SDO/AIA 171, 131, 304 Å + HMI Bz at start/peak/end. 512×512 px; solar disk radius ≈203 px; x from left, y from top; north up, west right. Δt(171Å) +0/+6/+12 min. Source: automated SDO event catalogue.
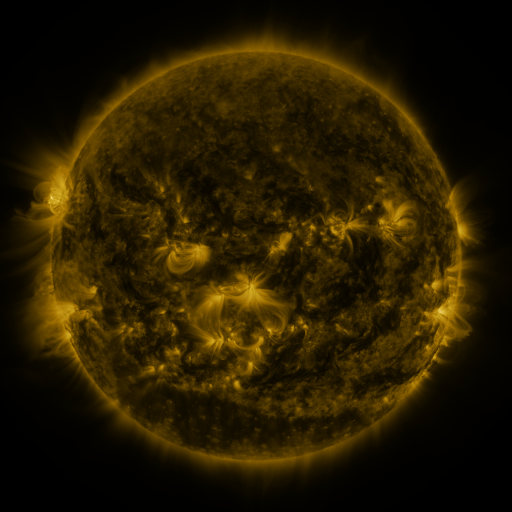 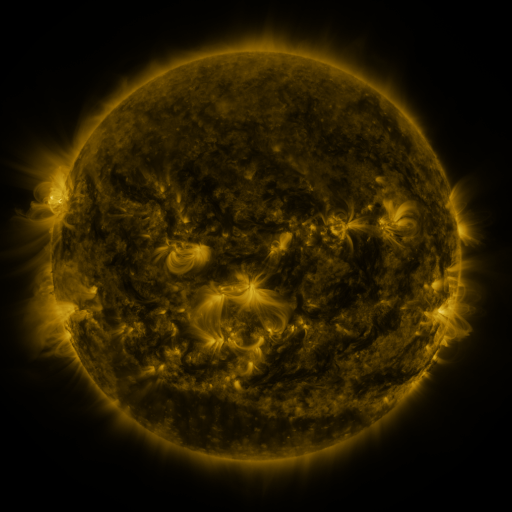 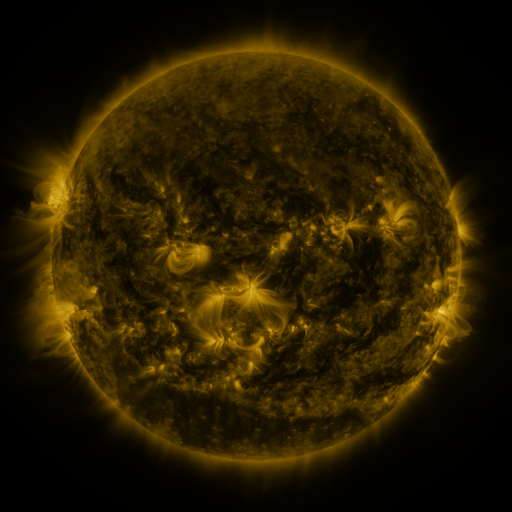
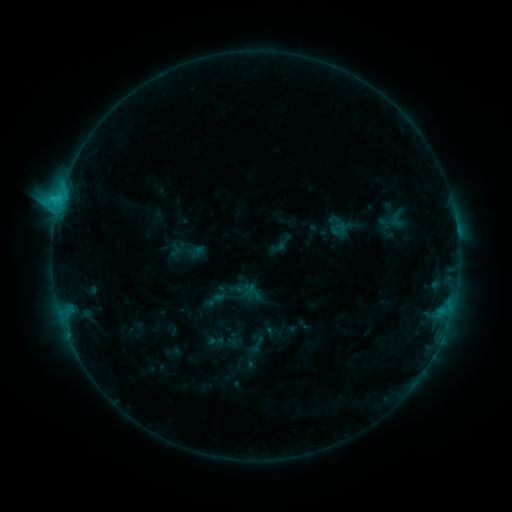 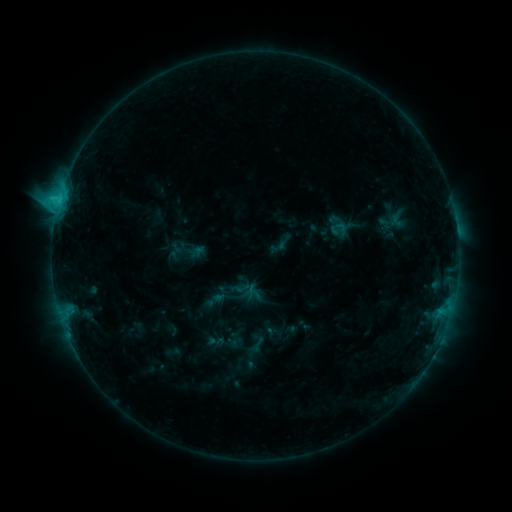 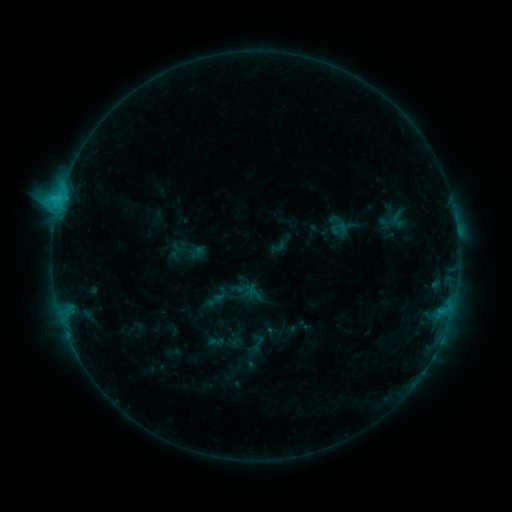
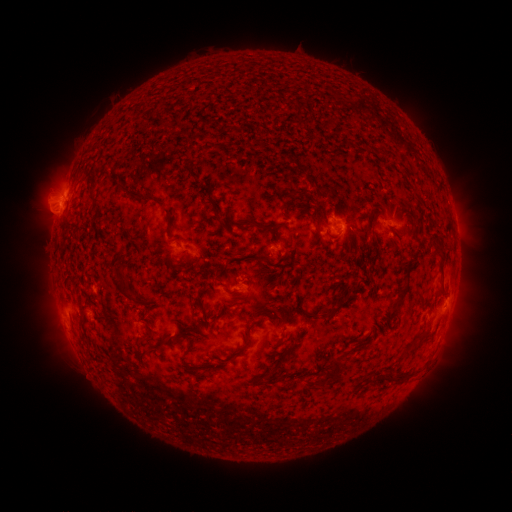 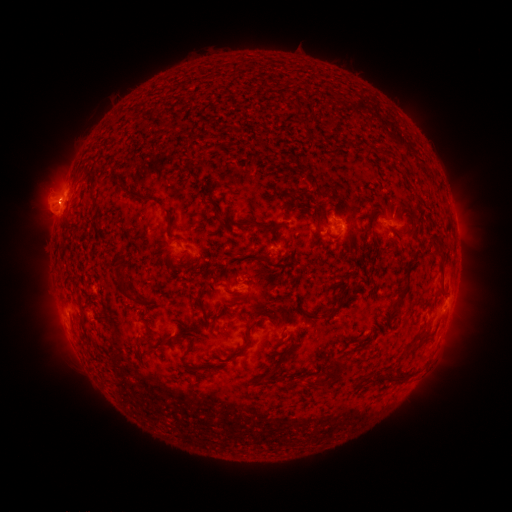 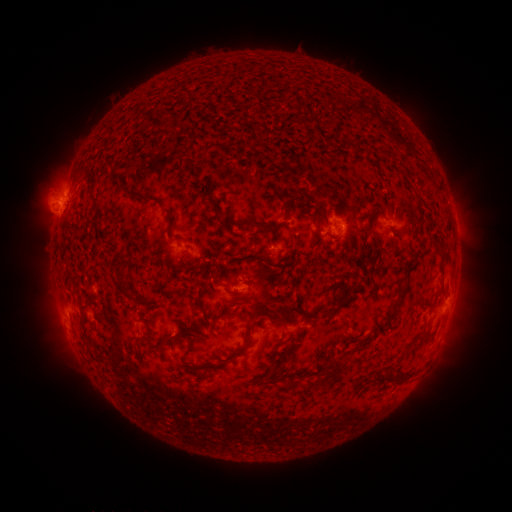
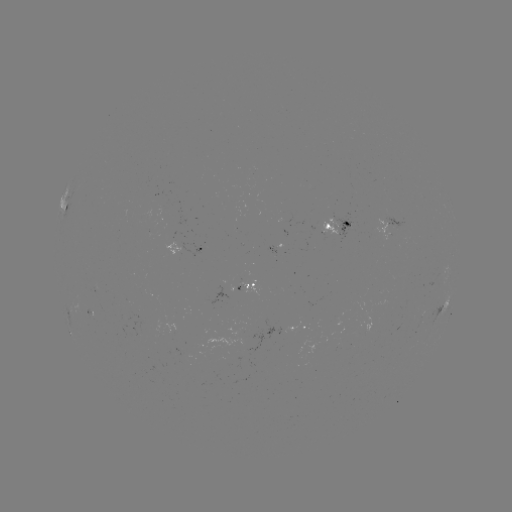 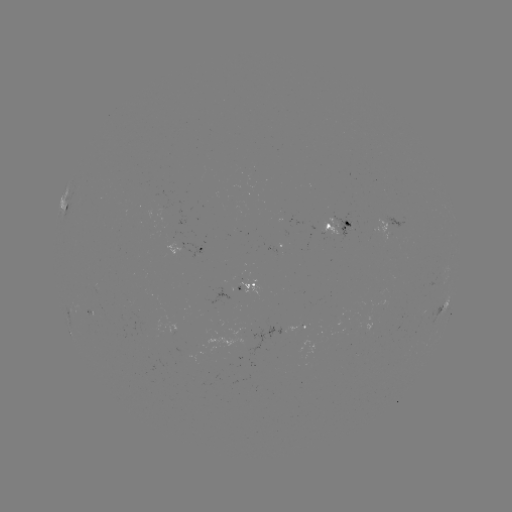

no catalogued flare and no flagged EUV brightening in this window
